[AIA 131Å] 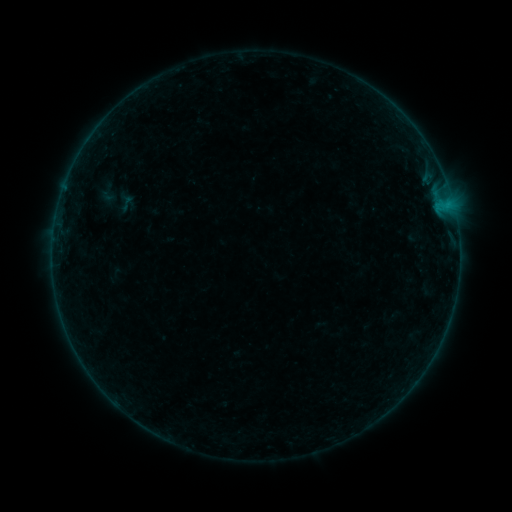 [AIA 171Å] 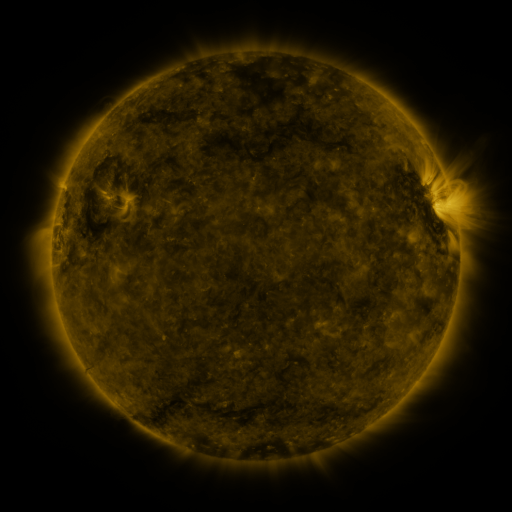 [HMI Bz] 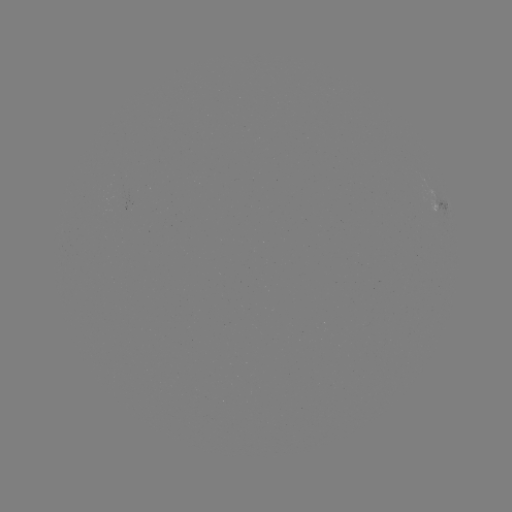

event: sigmoid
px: (126, 203)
